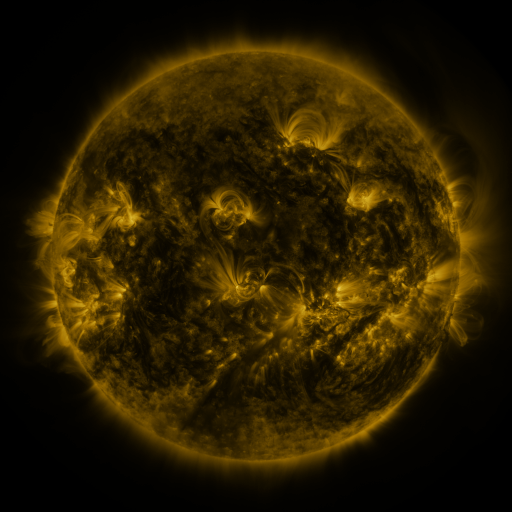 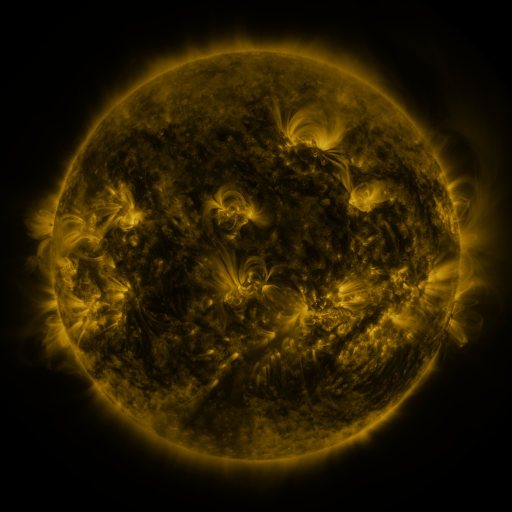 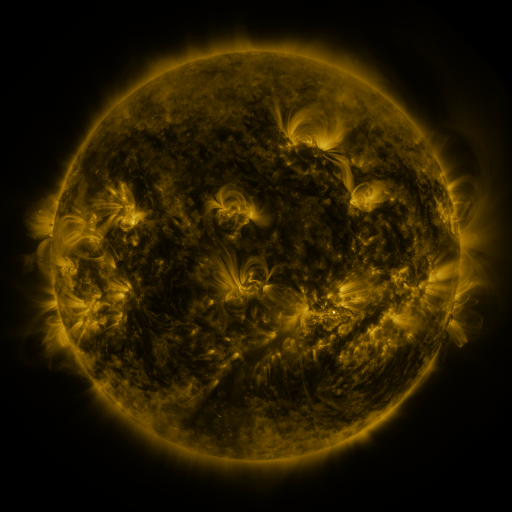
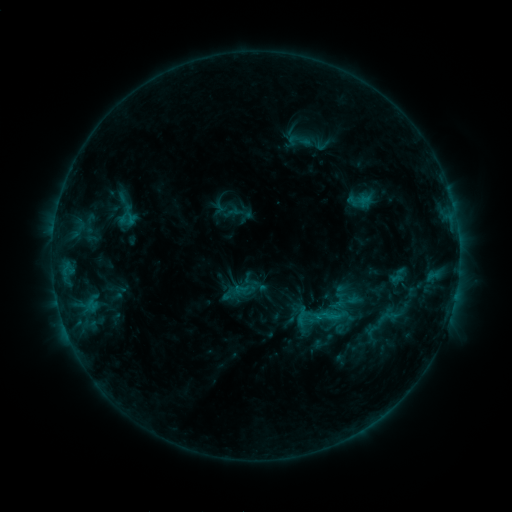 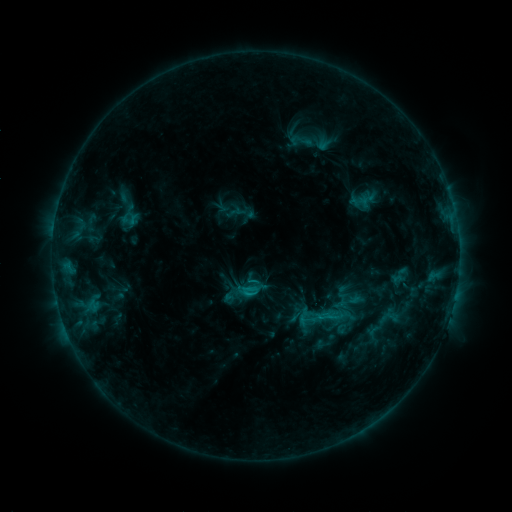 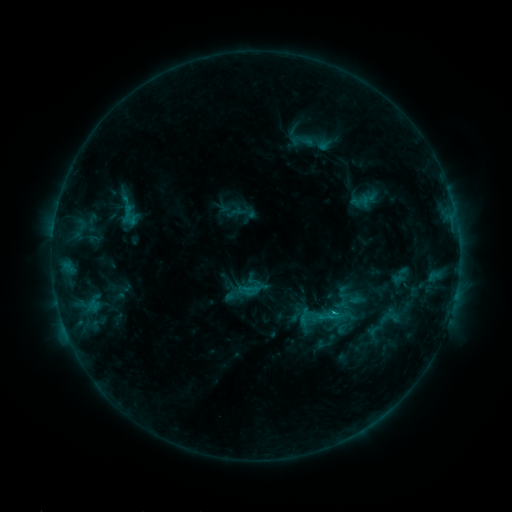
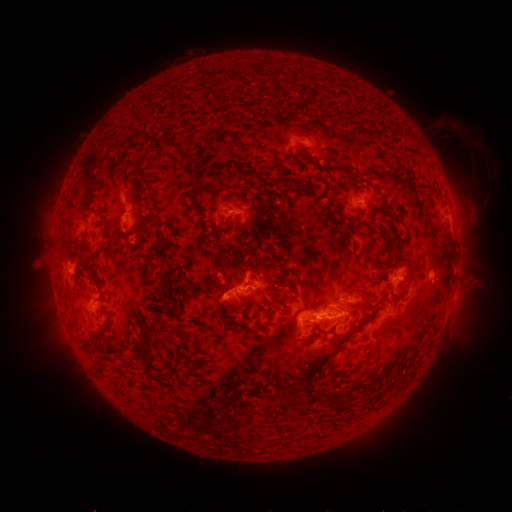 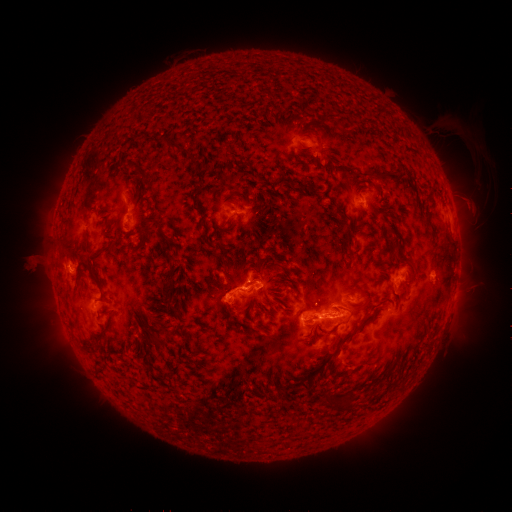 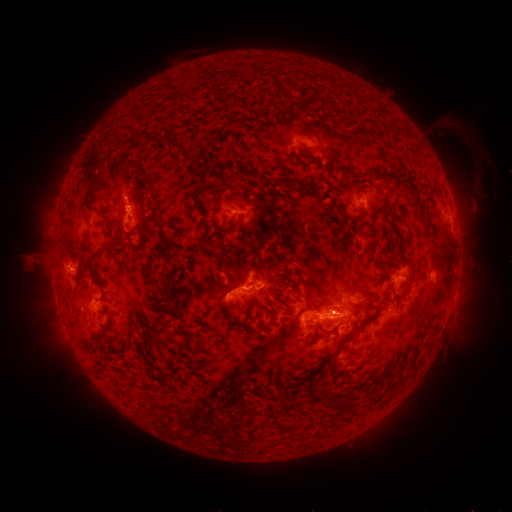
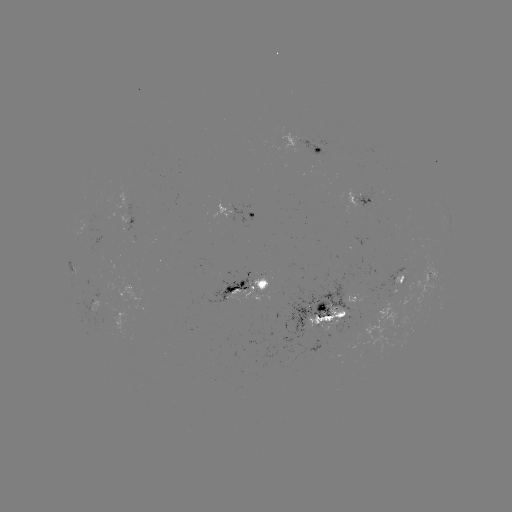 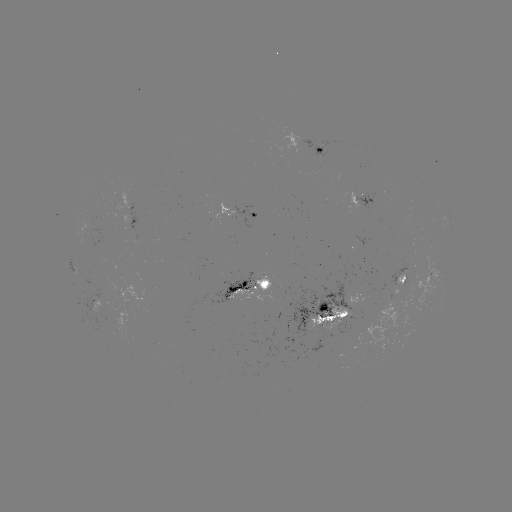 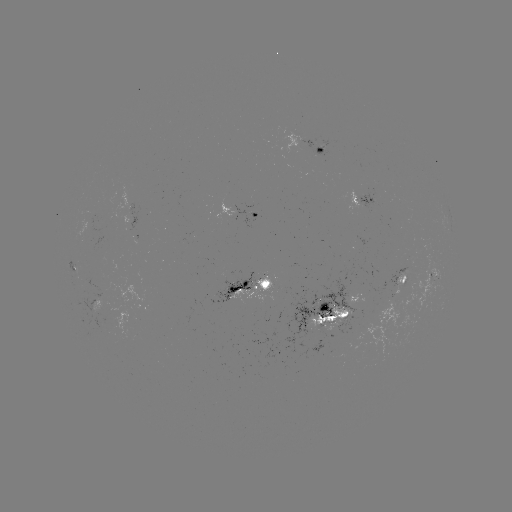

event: emerging-flux region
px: (113, 293)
